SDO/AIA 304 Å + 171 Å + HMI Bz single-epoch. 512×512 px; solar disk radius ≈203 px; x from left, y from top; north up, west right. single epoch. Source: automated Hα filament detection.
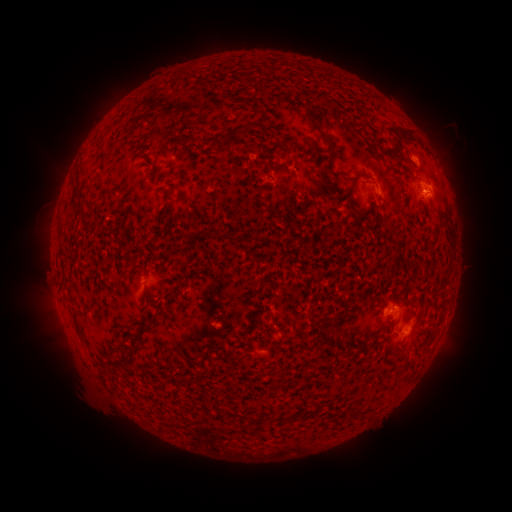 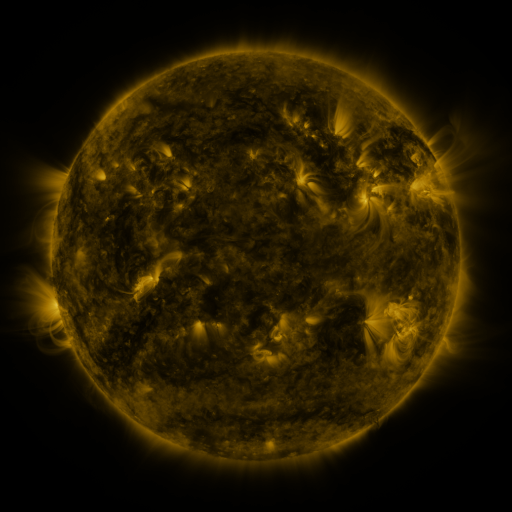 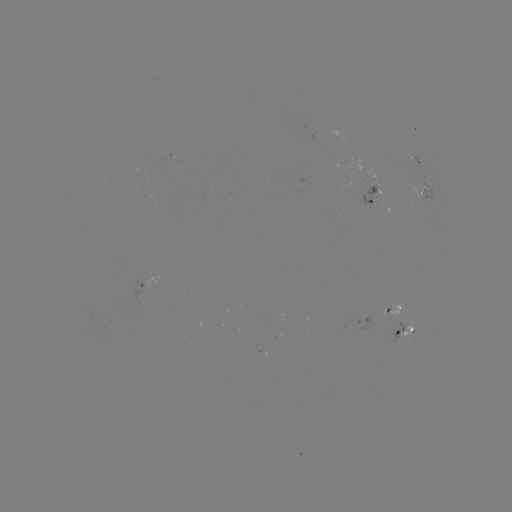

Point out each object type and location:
filament: <bbox>297, 99, 334, 147</bbox>
filament: <bbox>391, 128, 410, 150</bbox>
filament: <bbox>210, 139, 218, 151</bbox>
filament: <bbox>282, 147, 294, 155</bbox>
filament: <bbox>353, 174, 362, 186</bbox>
filament: <bbox>76, 199, 86, 209</bbox>
filament: <bbox>210, 233, 239, 243</bbox>
filament: <bbox>125, 255, 136, 265</bbox>
